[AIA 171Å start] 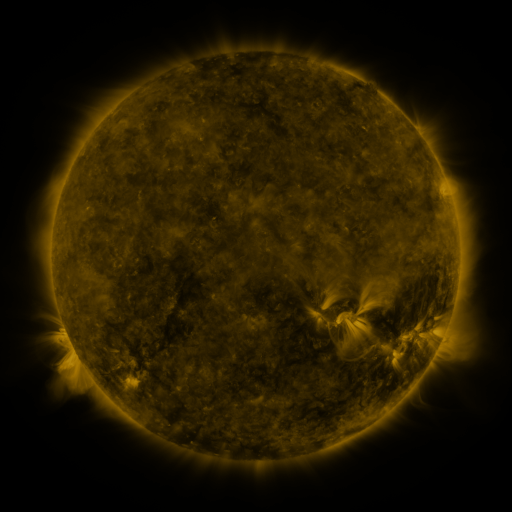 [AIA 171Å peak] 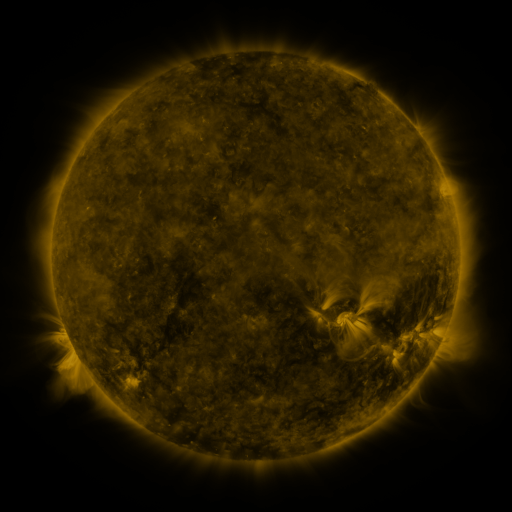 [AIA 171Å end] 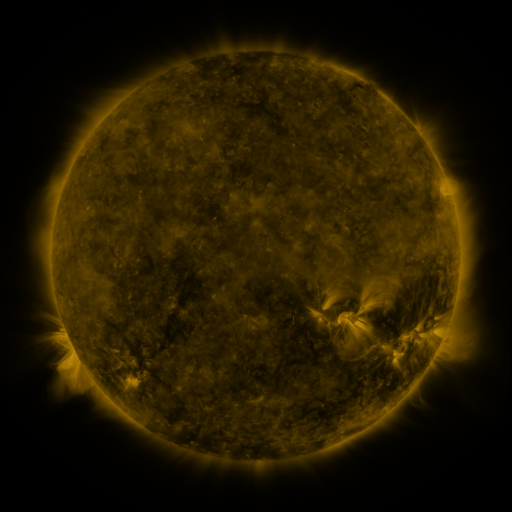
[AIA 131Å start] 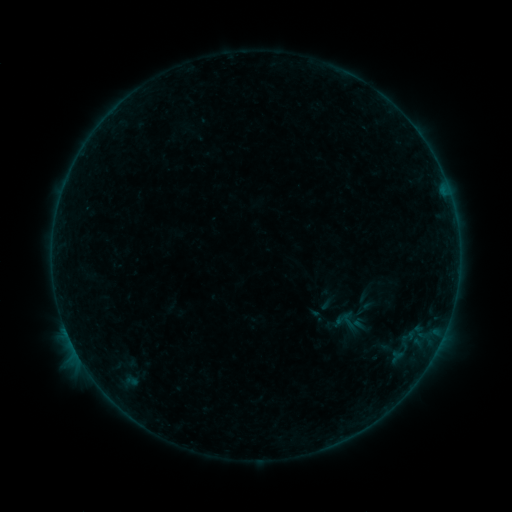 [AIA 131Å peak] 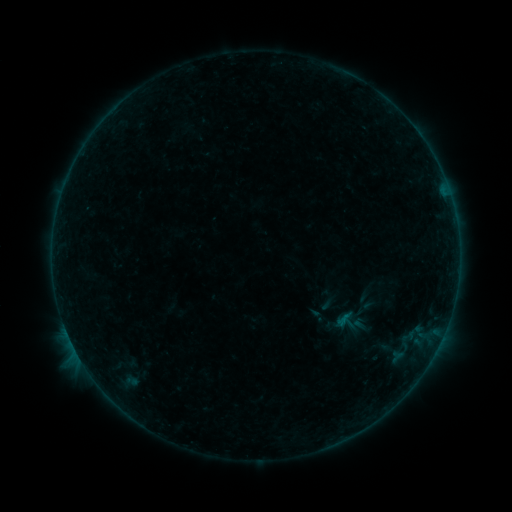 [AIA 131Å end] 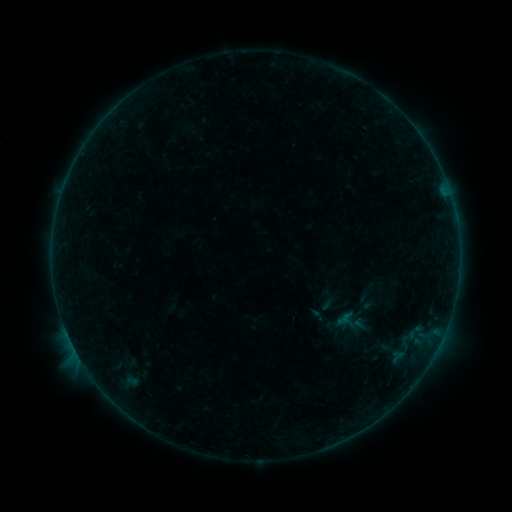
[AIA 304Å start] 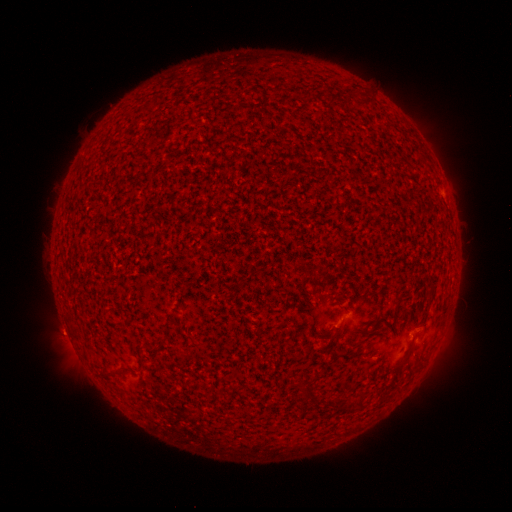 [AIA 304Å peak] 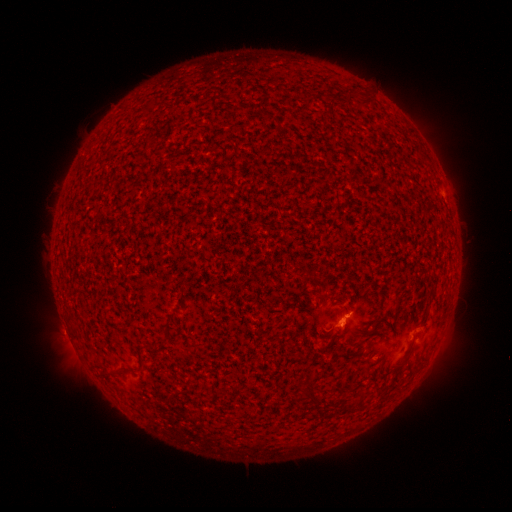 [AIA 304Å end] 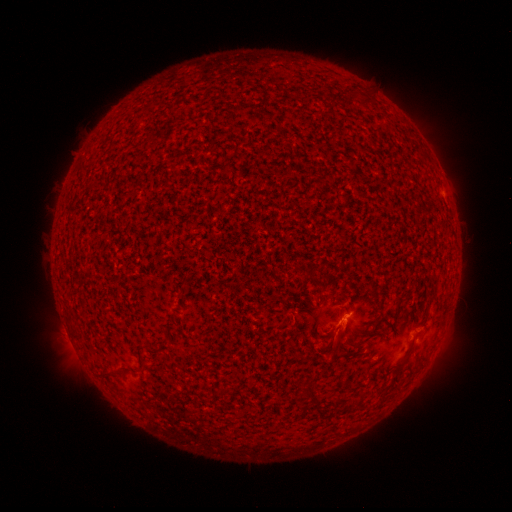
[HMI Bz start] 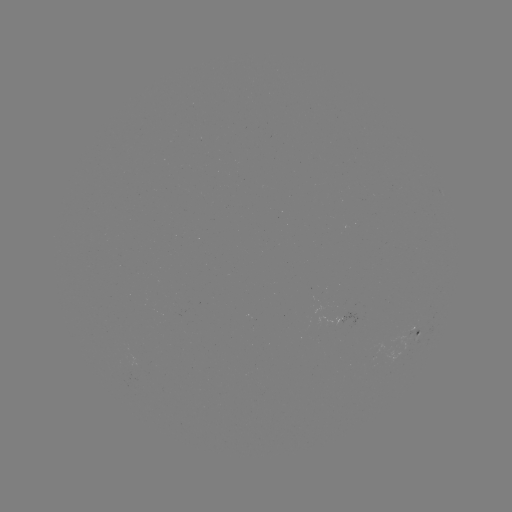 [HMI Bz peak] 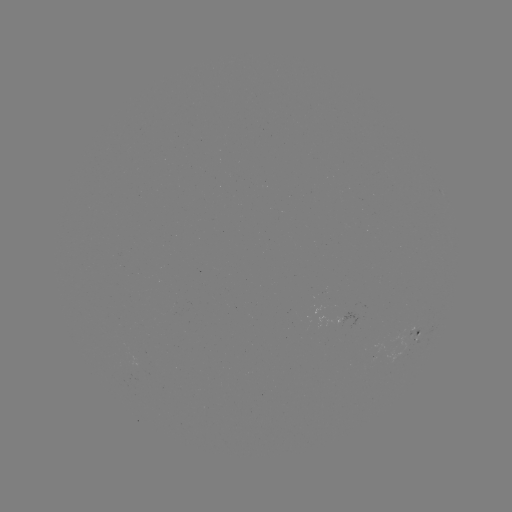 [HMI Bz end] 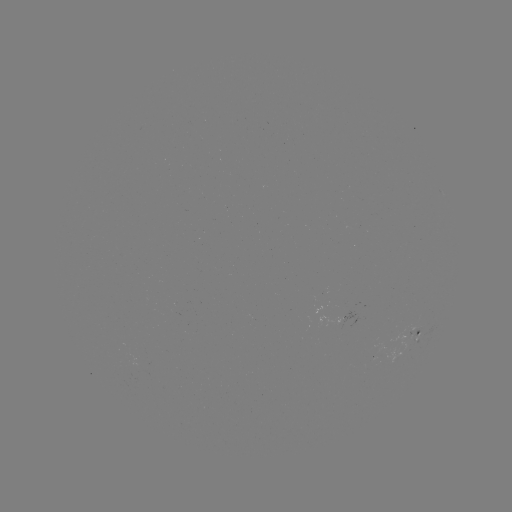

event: flare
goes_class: B1.8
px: (344, 314)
